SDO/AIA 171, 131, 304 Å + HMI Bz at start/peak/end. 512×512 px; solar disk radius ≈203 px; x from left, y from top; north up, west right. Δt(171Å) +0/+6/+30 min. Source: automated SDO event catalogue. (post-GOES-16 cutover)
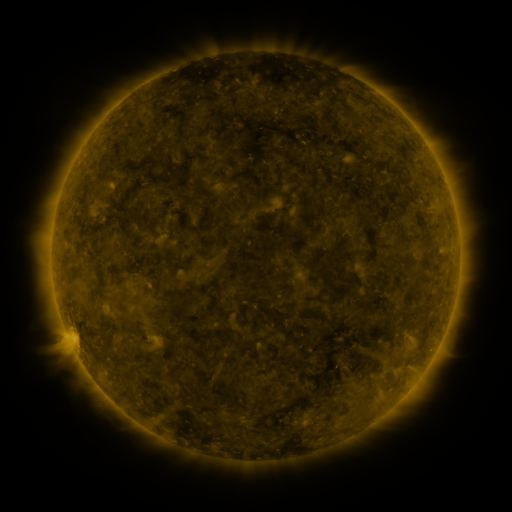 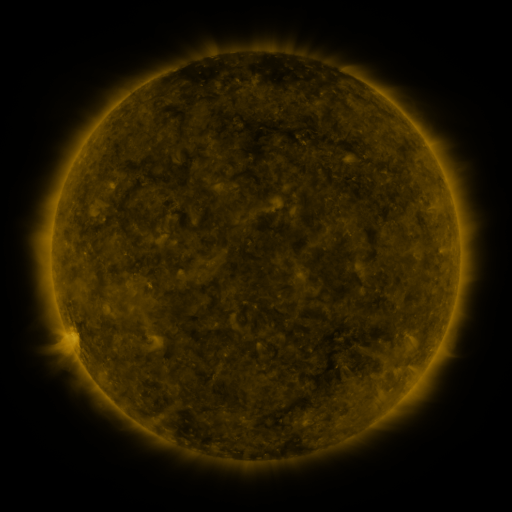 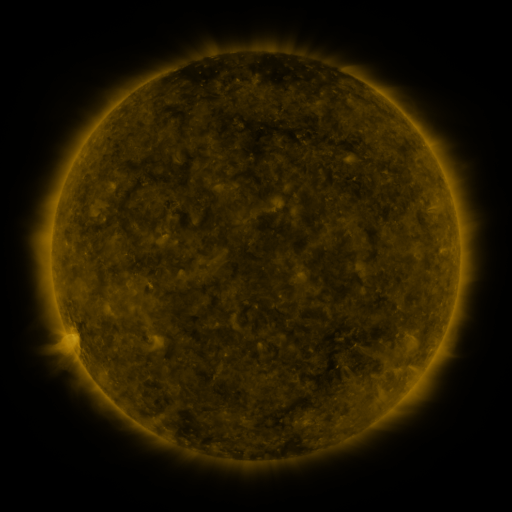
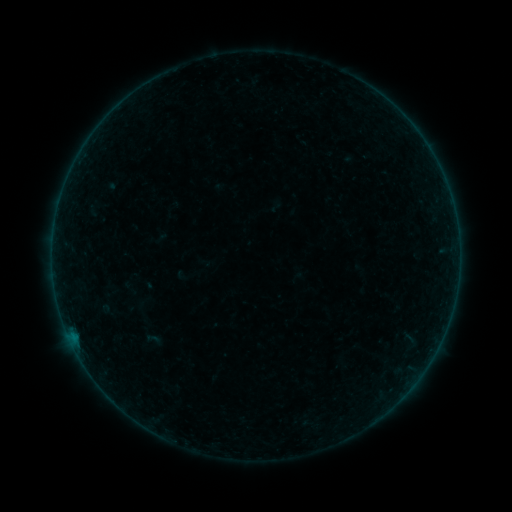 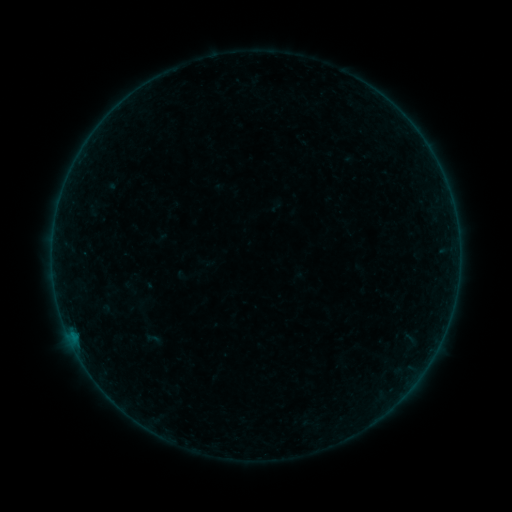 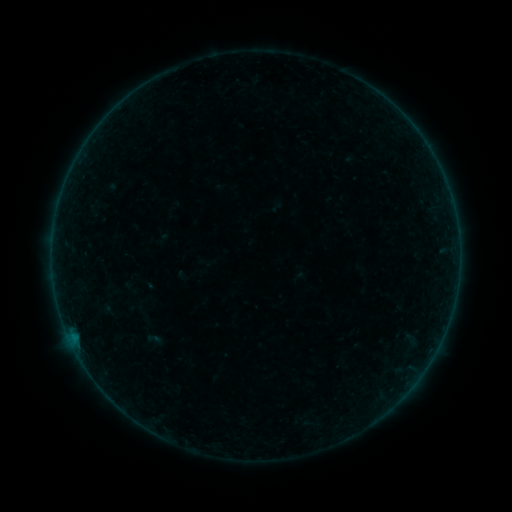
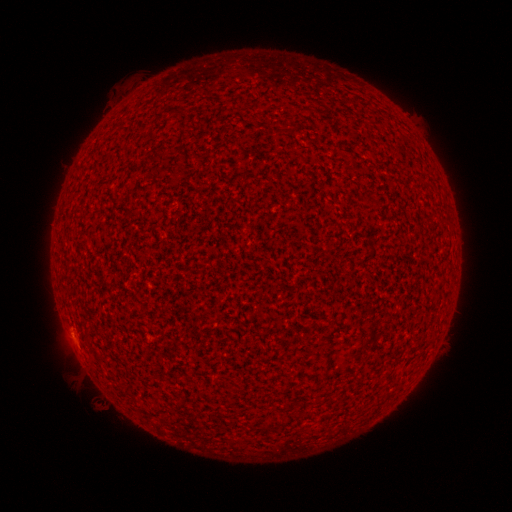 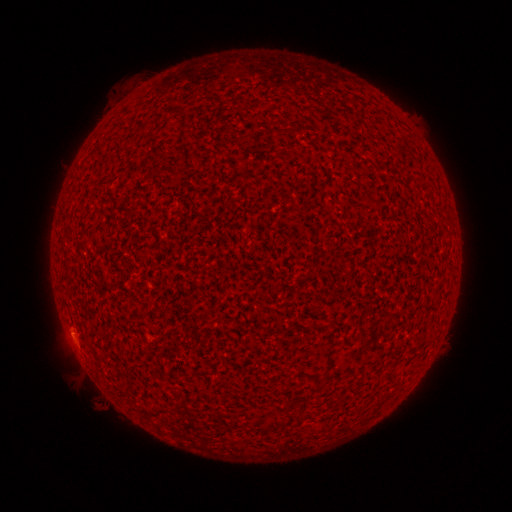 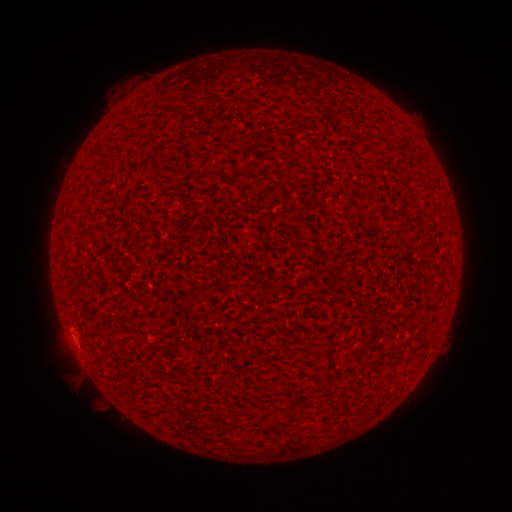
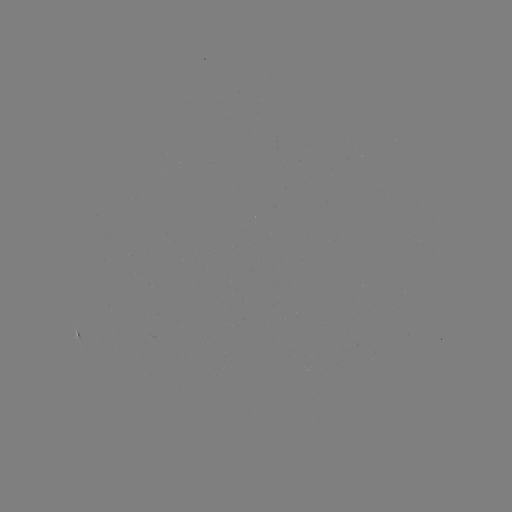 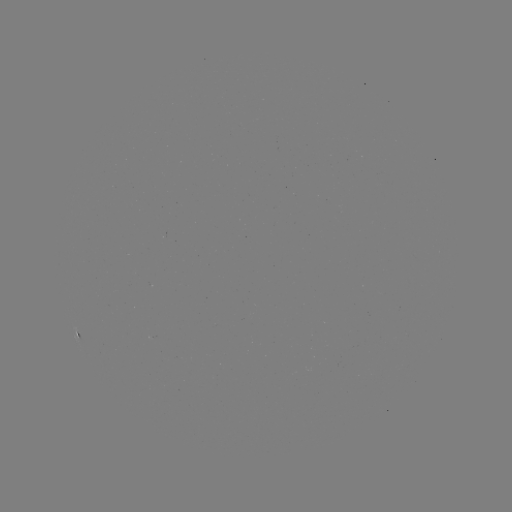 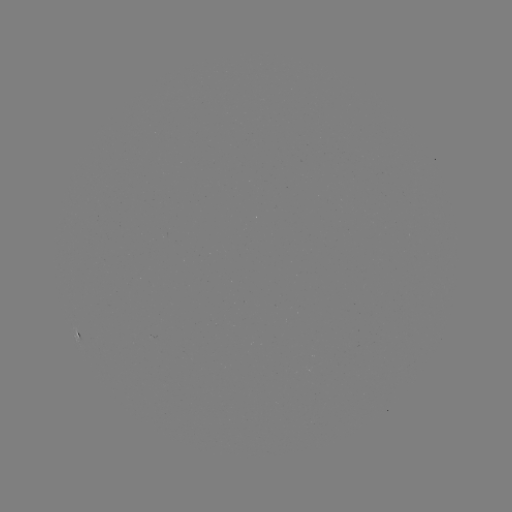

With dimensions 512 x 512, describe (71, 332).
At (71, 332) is A4.5 flare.